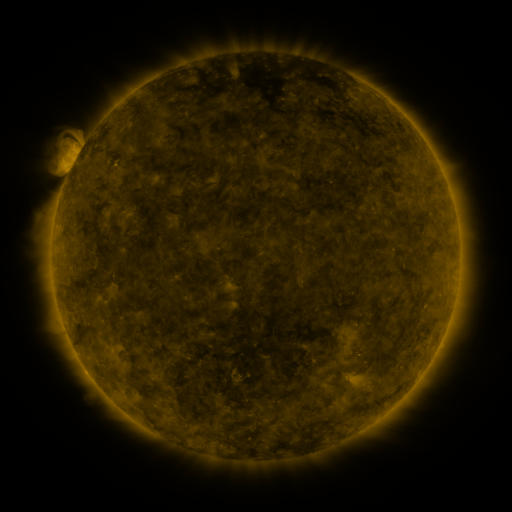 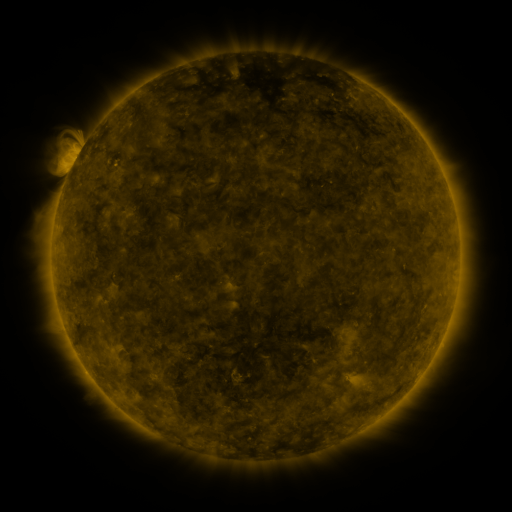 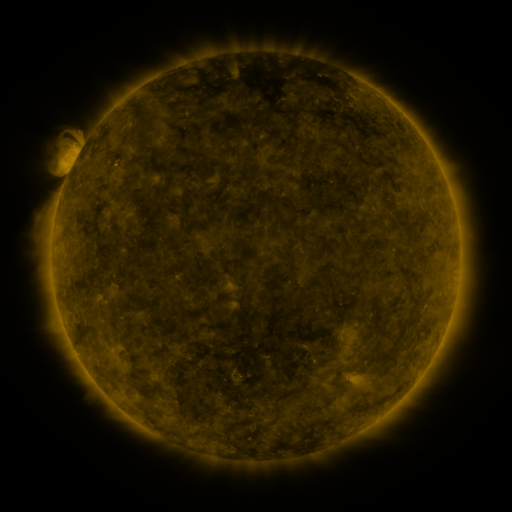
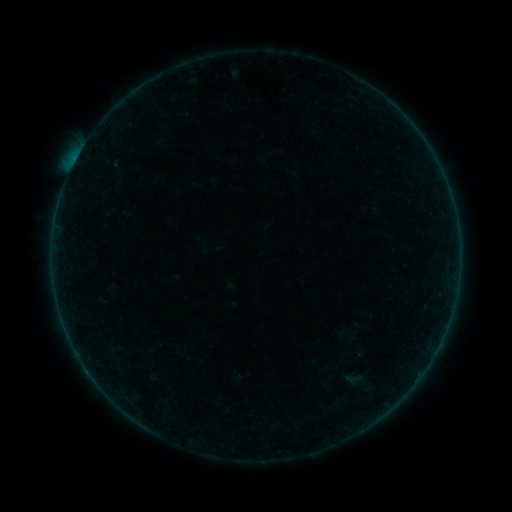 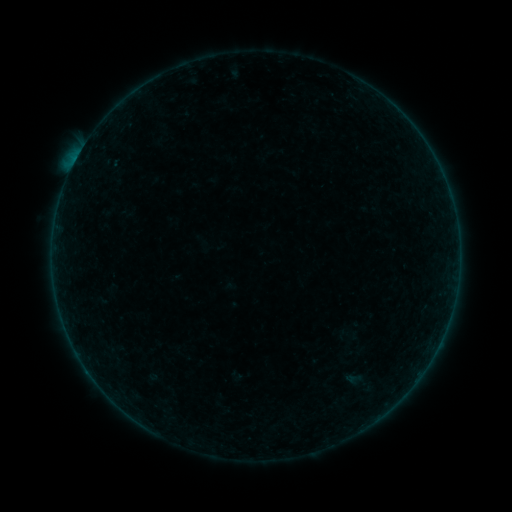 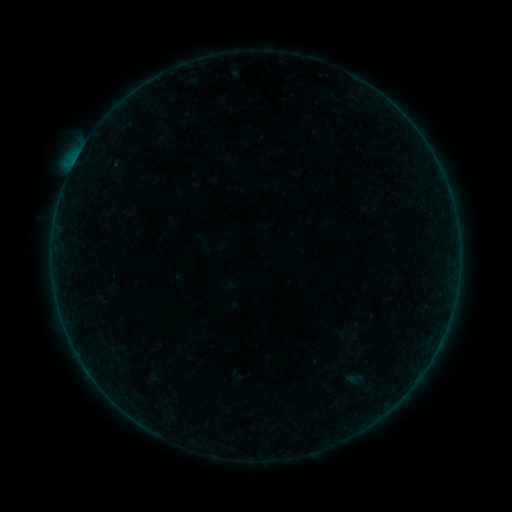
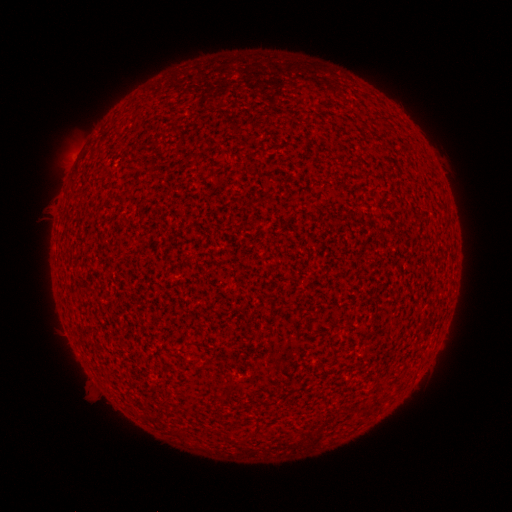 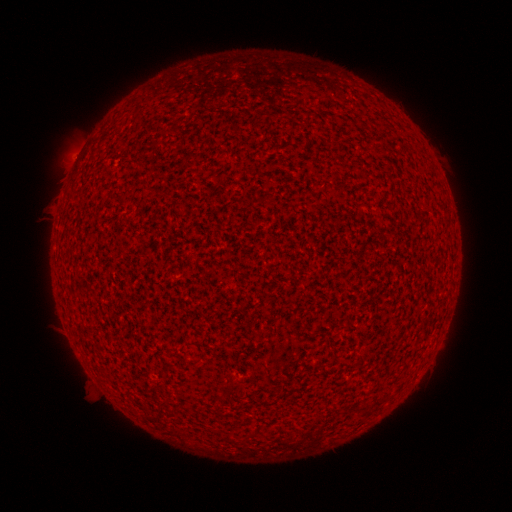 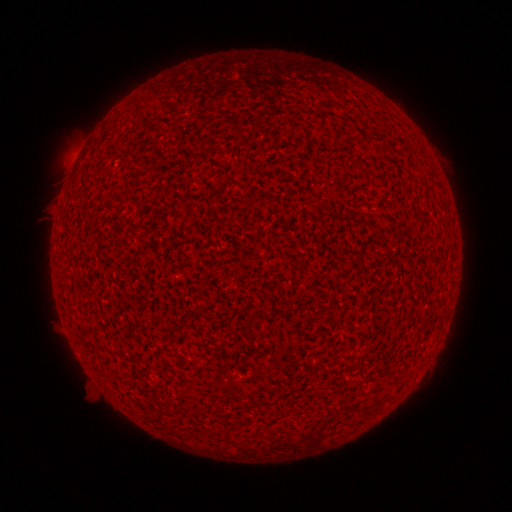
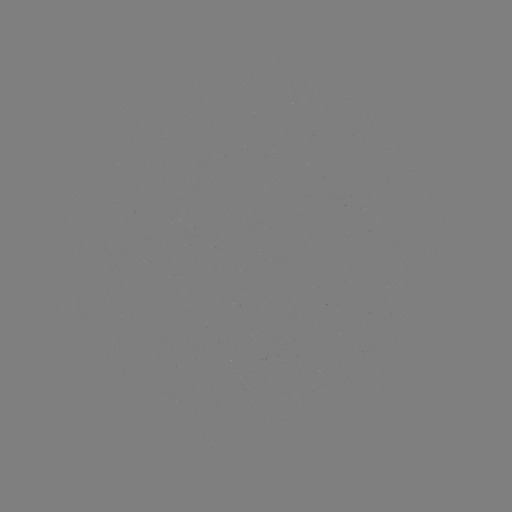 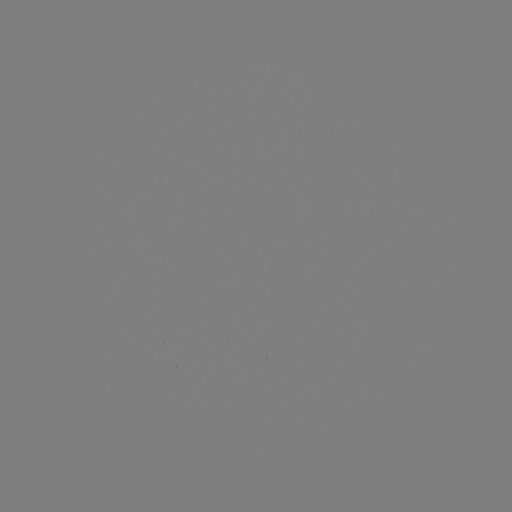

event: flare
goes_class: B1.1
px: (76, 161)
